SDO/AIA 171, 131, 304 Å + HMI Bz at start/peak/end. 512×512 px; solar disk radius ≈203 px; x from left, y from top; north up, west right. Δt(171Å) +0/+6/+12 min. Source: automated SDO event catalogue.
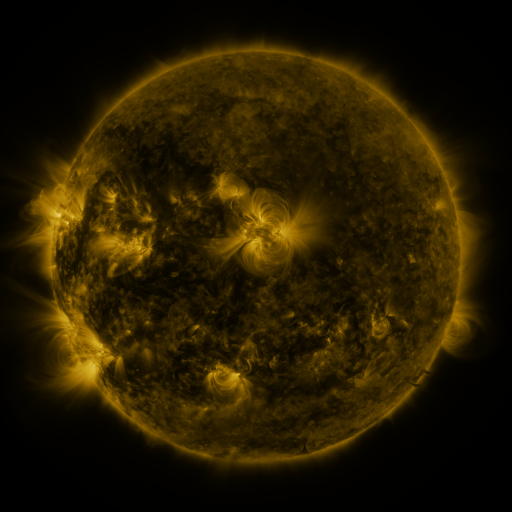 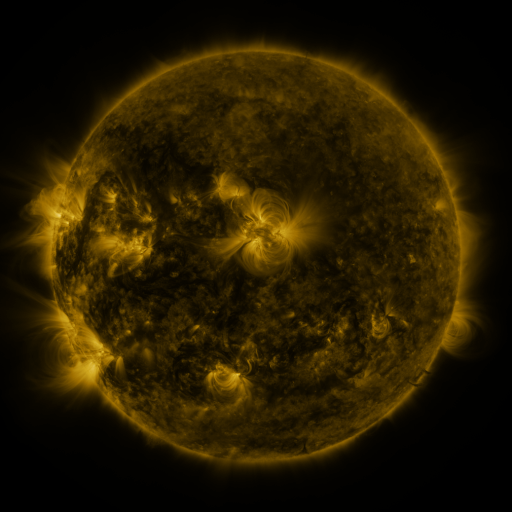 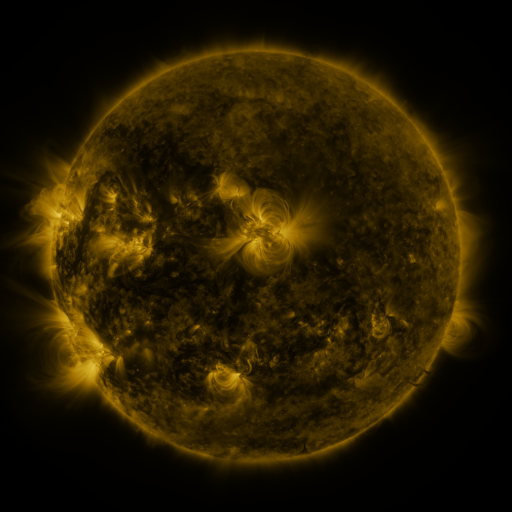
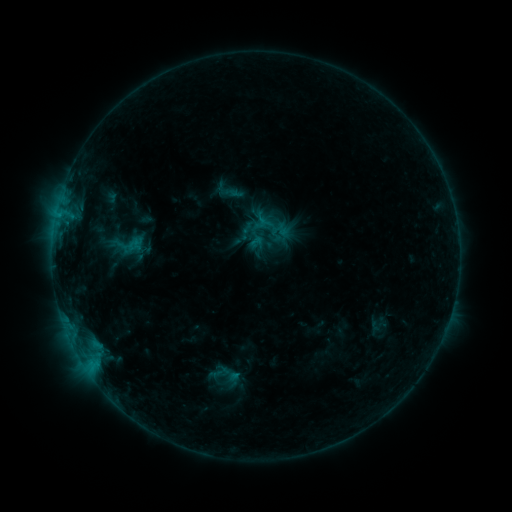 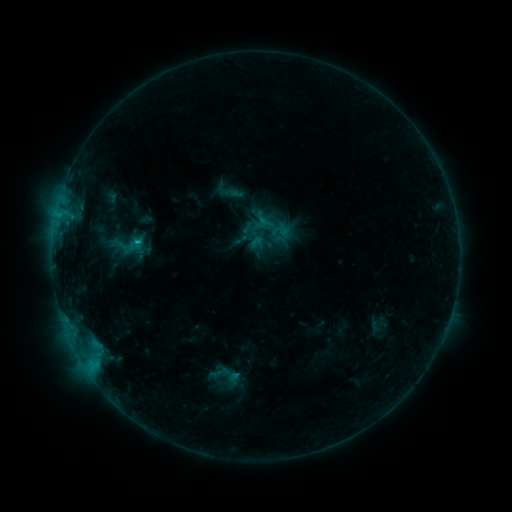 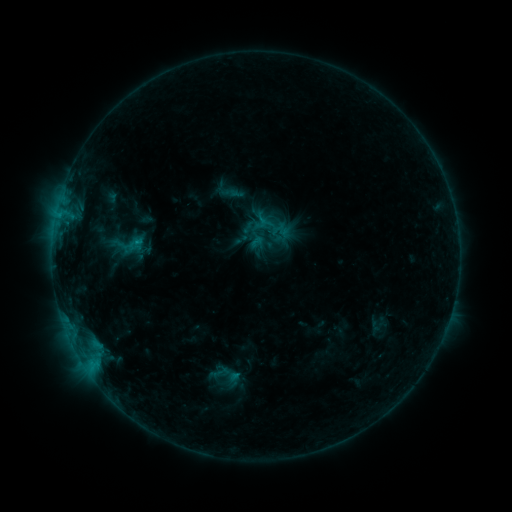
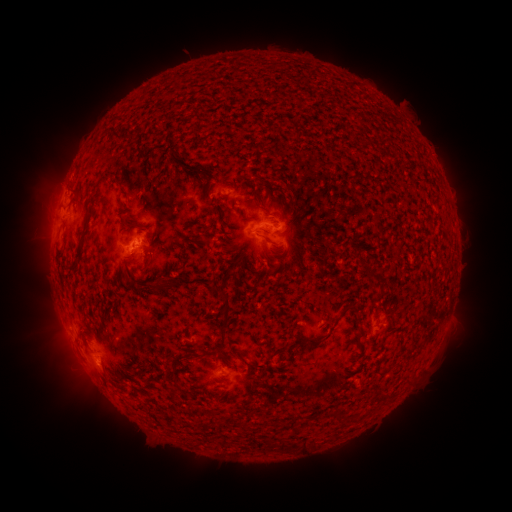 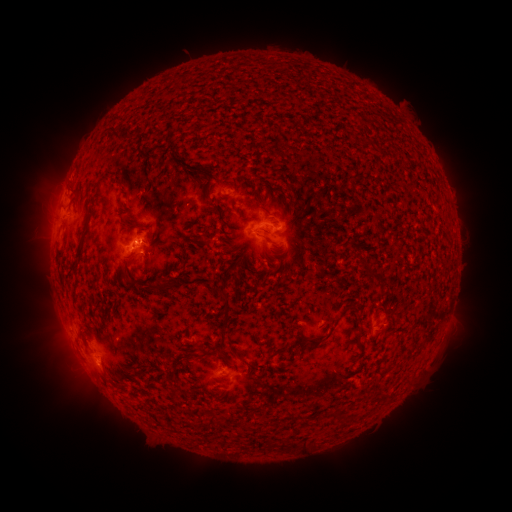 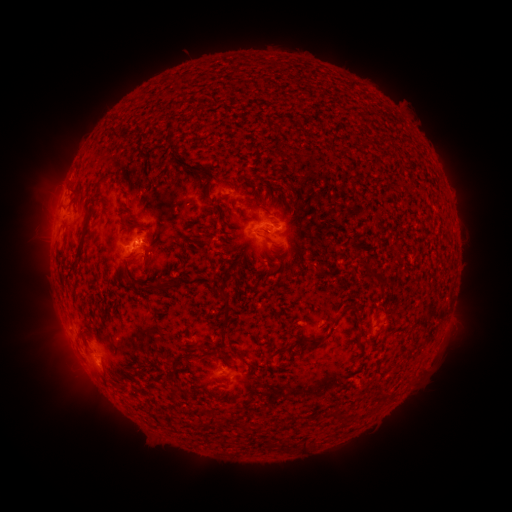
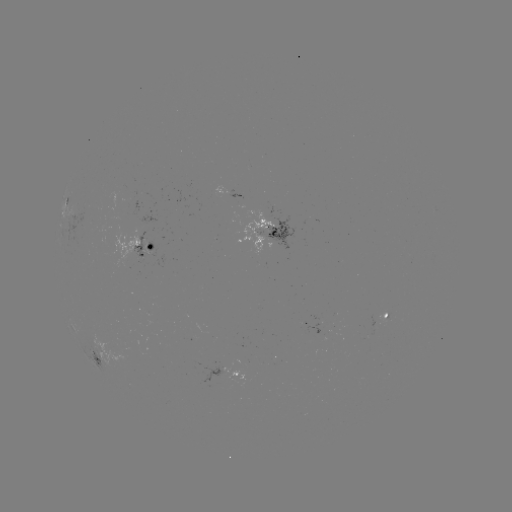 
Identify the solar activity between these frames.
B7.5 flare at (137, 244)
